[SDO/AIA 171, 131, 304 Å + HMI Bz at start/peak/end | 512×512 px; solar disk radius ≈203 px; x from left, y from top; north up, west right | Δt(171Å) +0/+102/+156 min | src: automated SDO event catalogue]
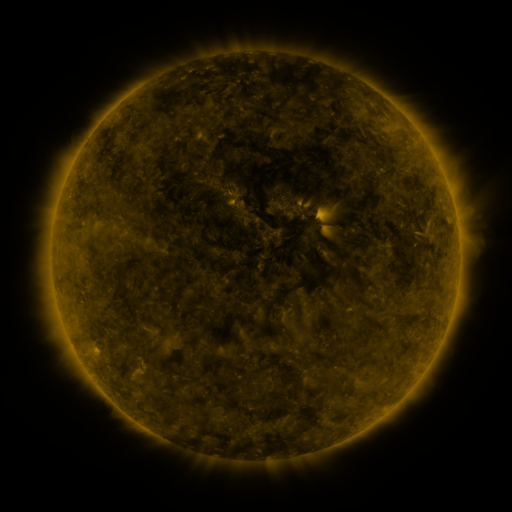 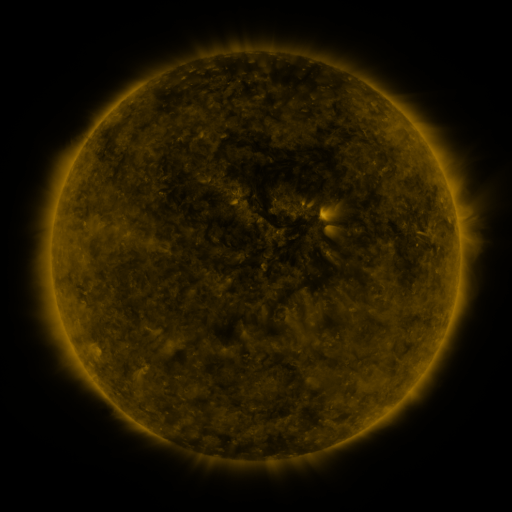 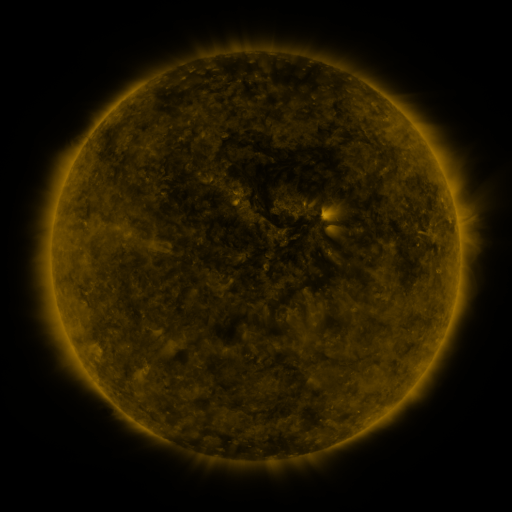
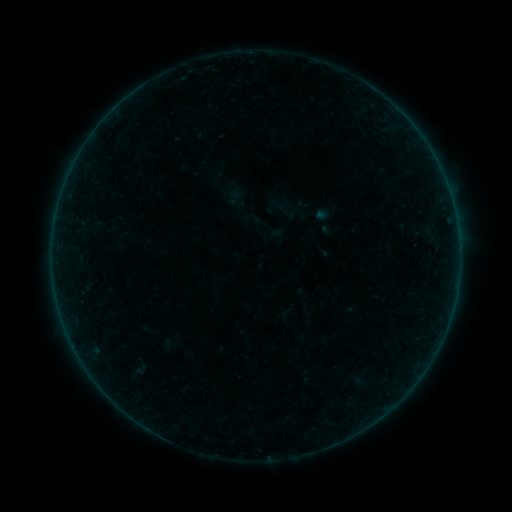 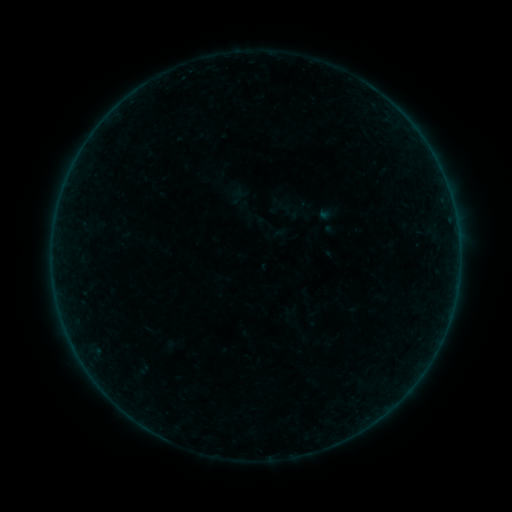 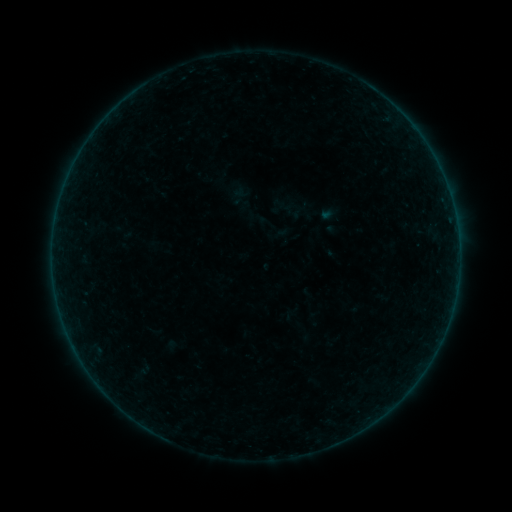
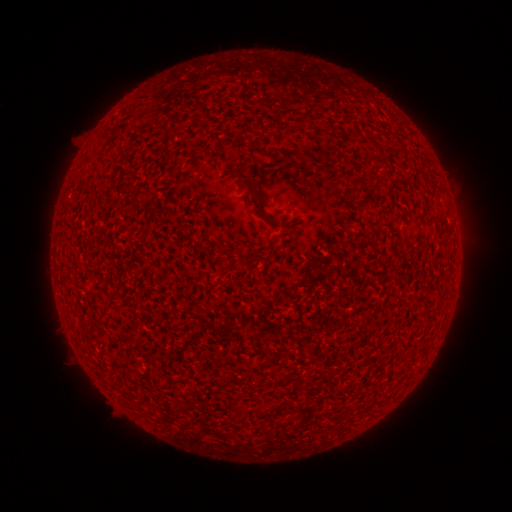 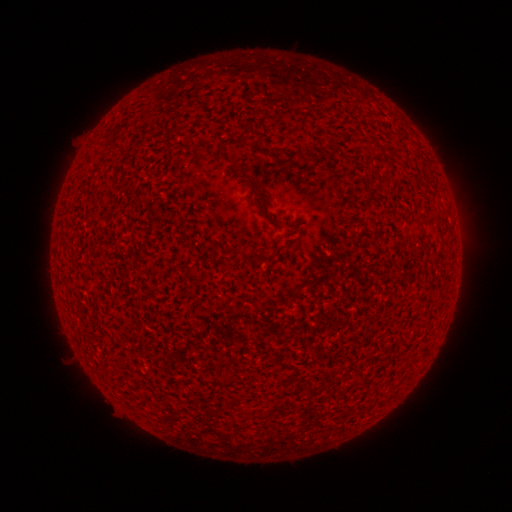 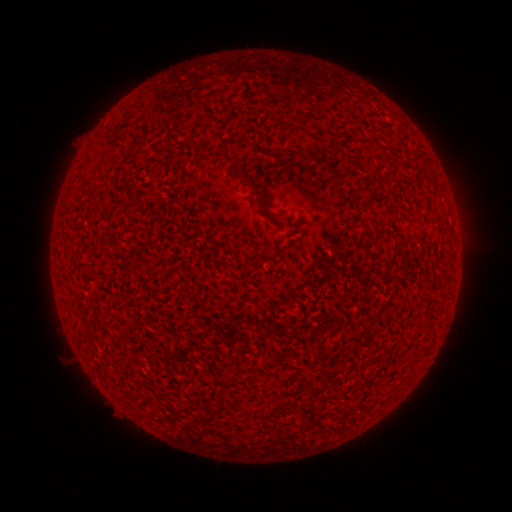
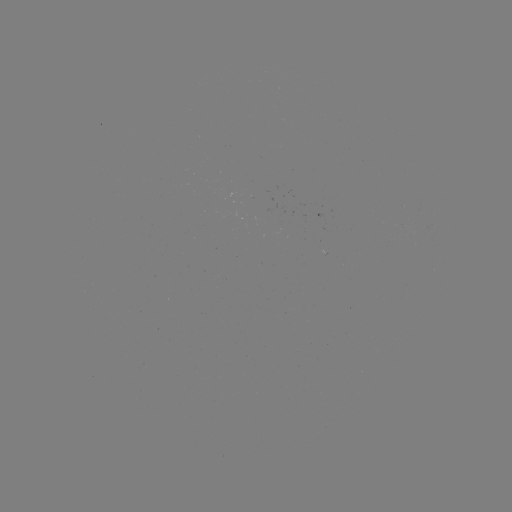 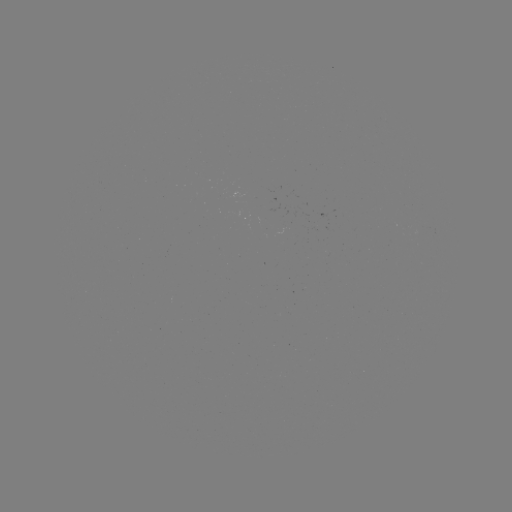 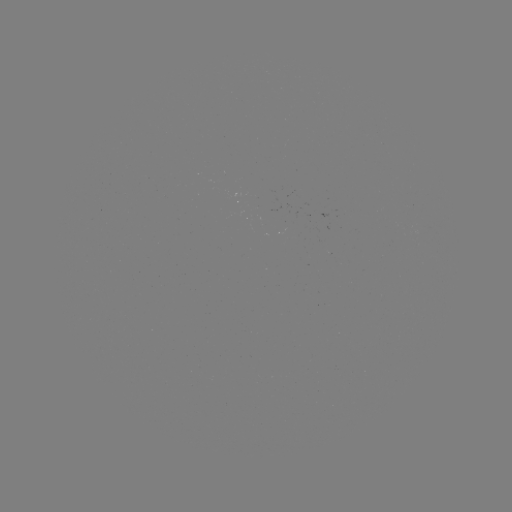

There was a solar flare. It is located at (456, 224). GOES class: A1.9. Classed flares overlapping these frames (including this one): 1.